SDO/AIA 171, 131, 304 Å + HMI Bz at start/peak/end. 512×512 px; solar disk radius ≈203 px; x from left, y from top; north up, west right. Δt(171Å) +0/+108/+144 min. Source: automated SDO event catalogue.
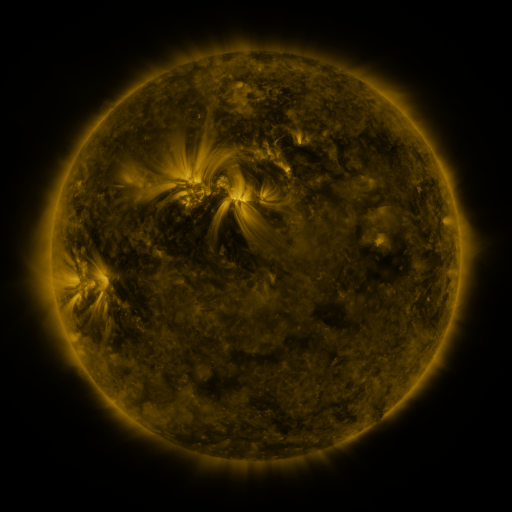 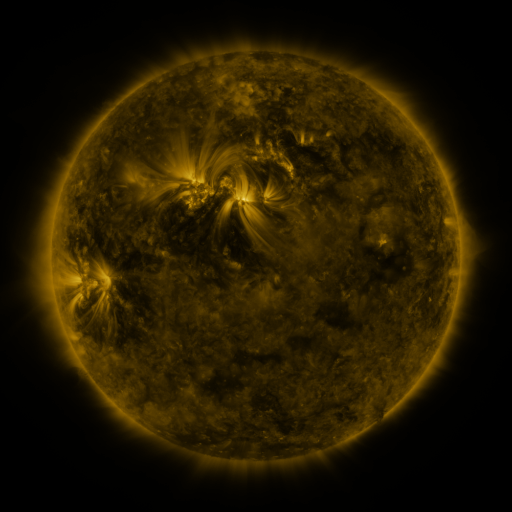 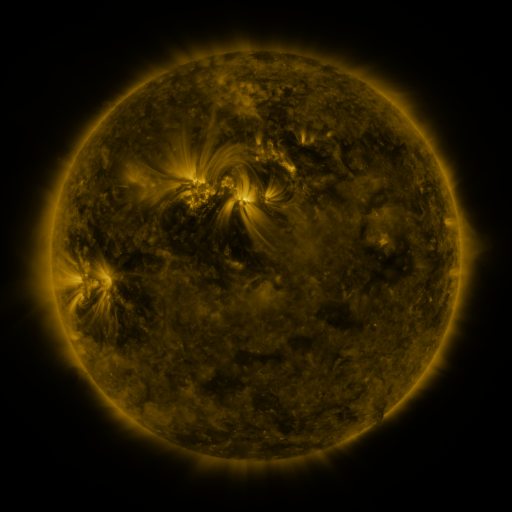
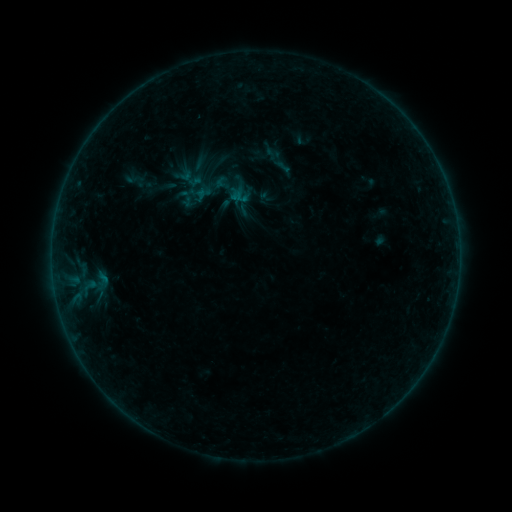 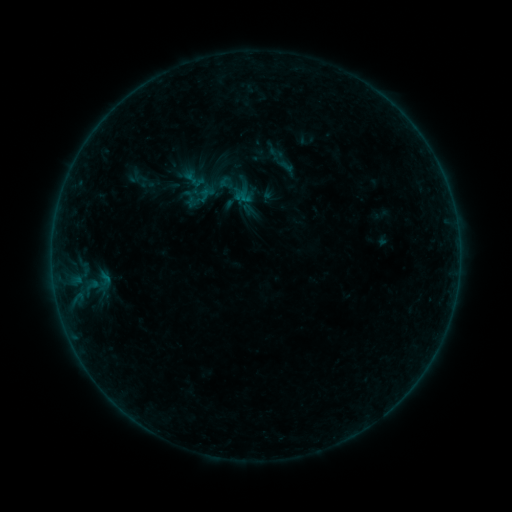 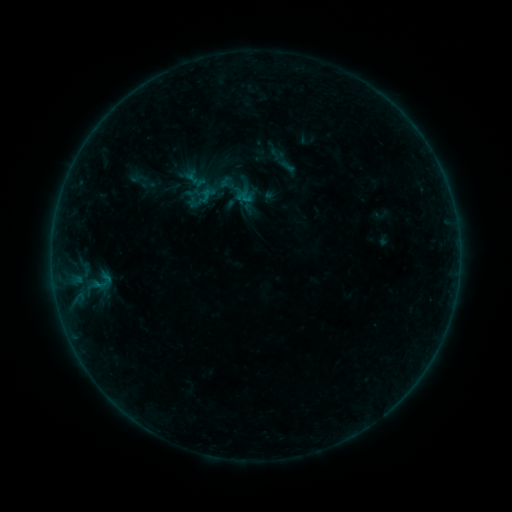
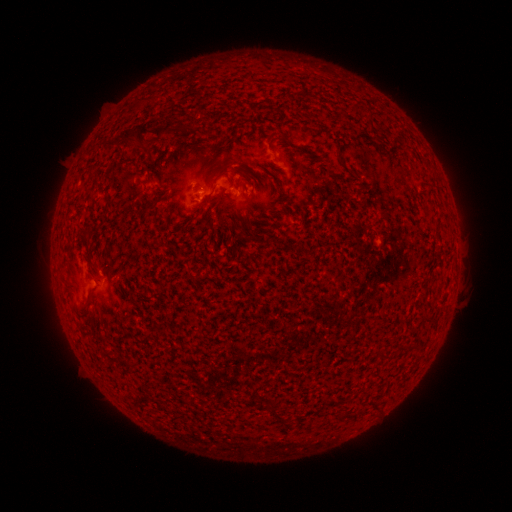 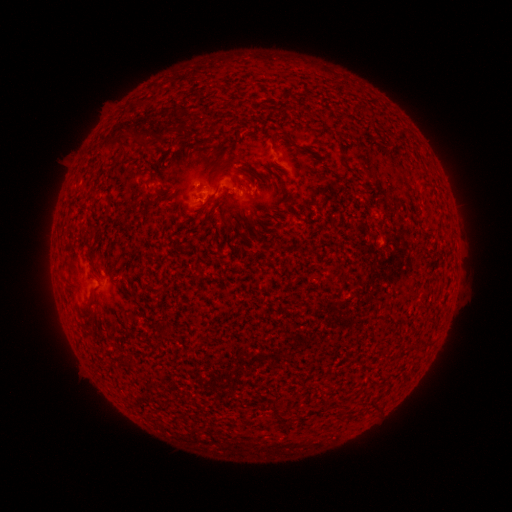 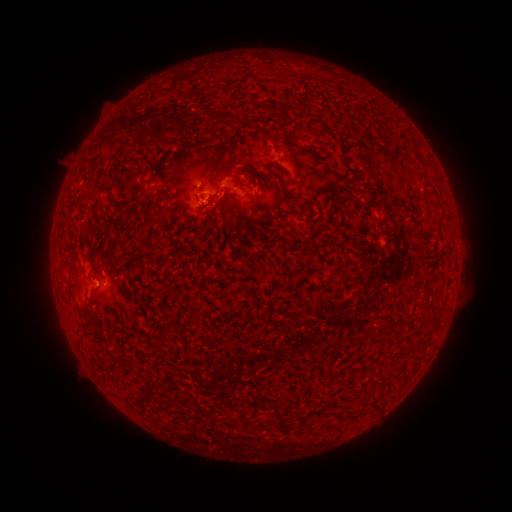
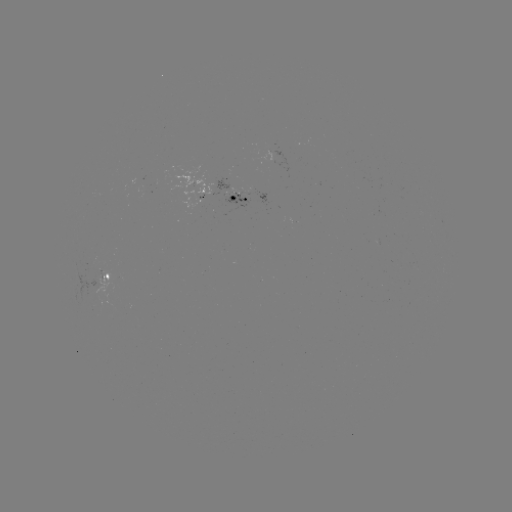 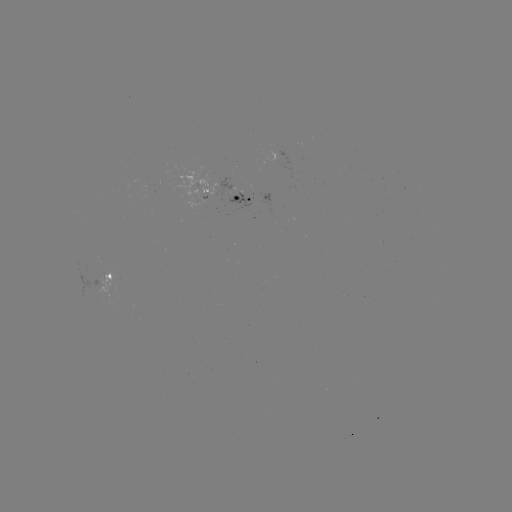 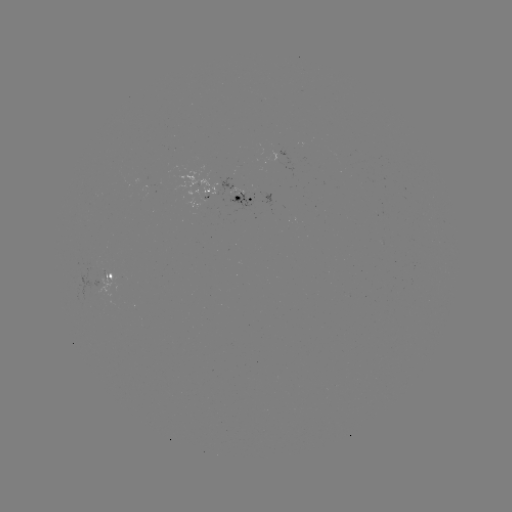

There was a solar emerging-flux region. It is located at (219, 185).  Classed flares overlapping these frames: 1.